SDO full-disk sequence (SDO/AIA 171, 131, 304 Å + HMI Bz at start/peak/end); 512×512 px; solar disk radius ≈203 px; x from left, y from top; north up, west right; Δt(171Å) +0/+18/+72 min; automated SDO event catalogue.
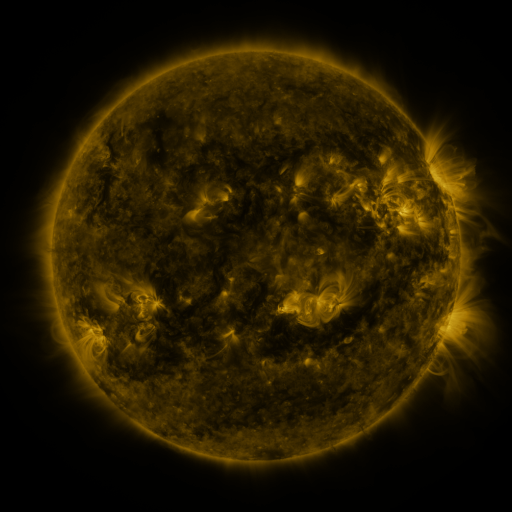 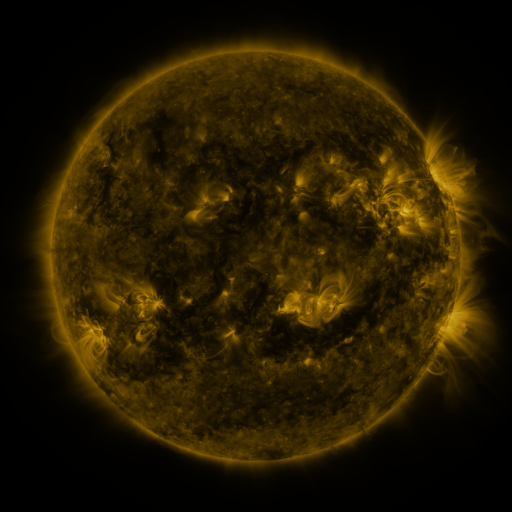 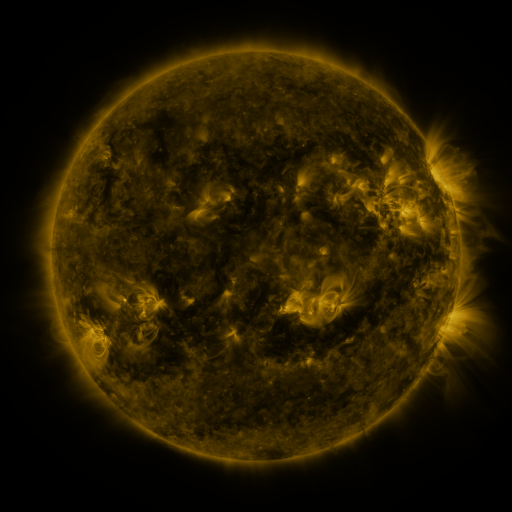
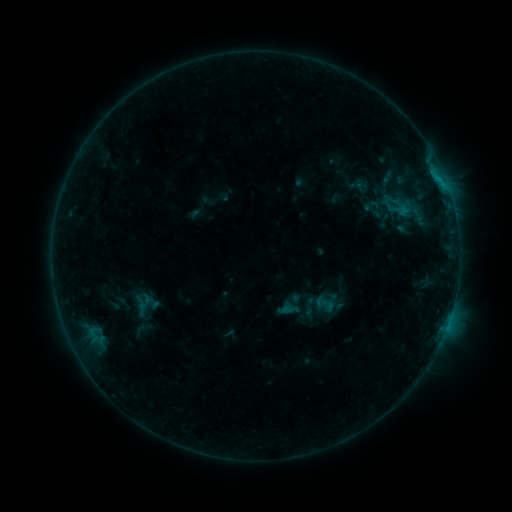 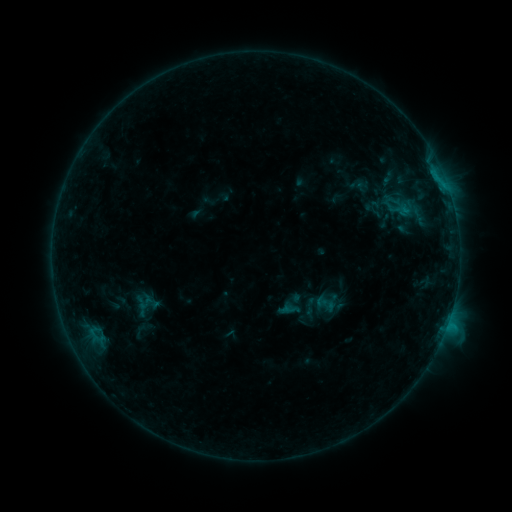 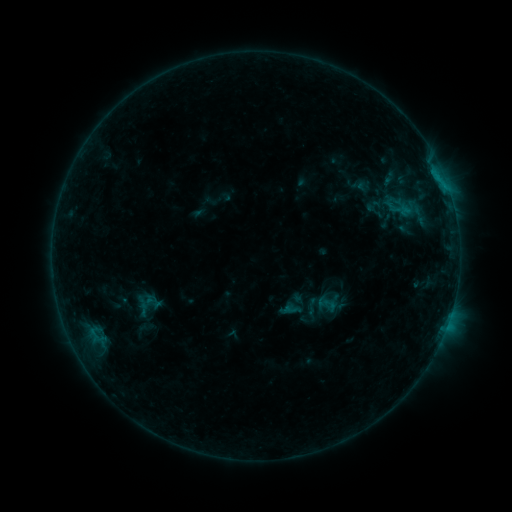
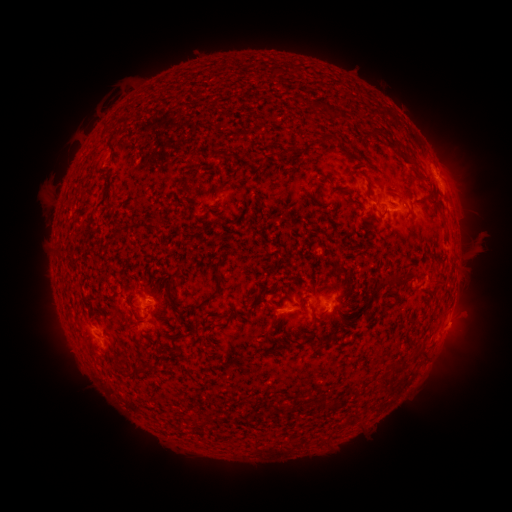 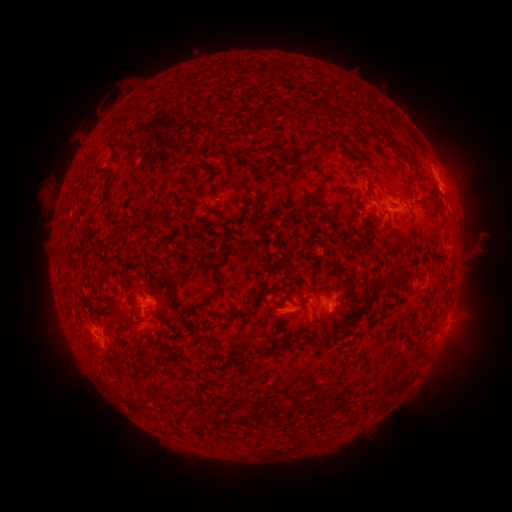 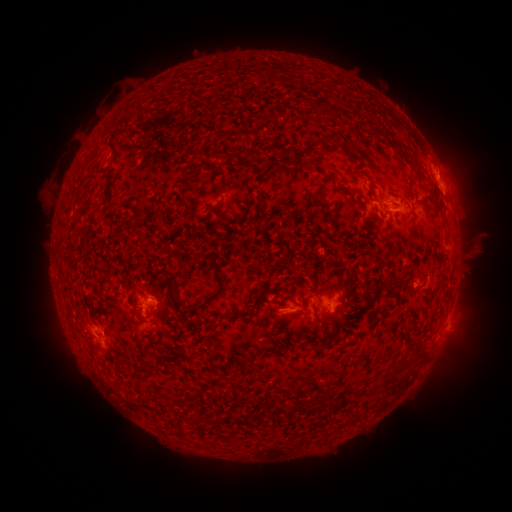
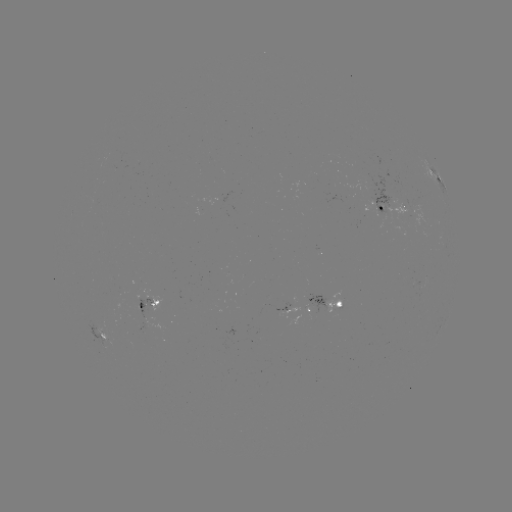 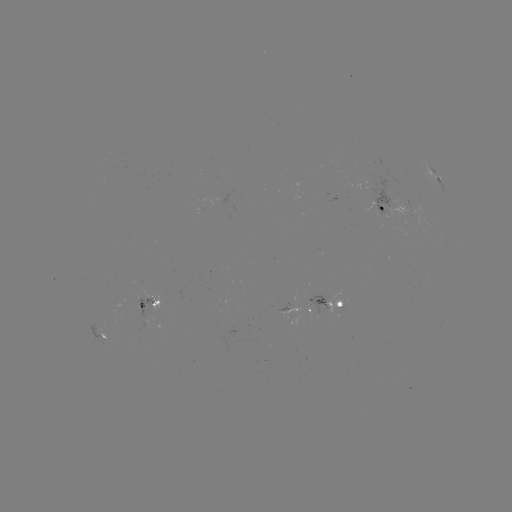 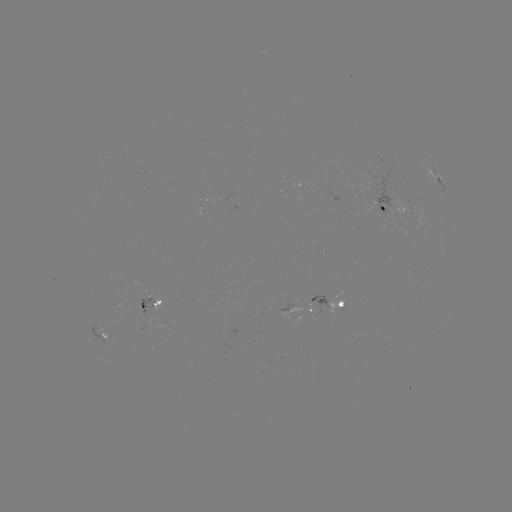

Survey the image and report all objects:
B6.3 flare: (447, 321)
